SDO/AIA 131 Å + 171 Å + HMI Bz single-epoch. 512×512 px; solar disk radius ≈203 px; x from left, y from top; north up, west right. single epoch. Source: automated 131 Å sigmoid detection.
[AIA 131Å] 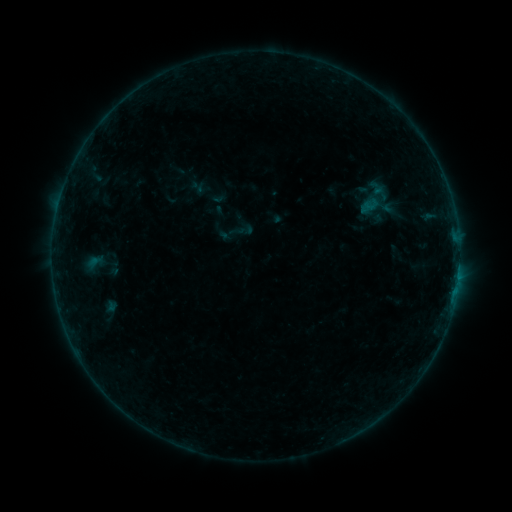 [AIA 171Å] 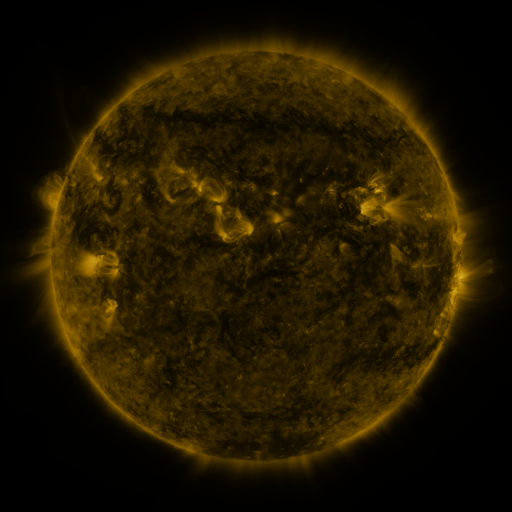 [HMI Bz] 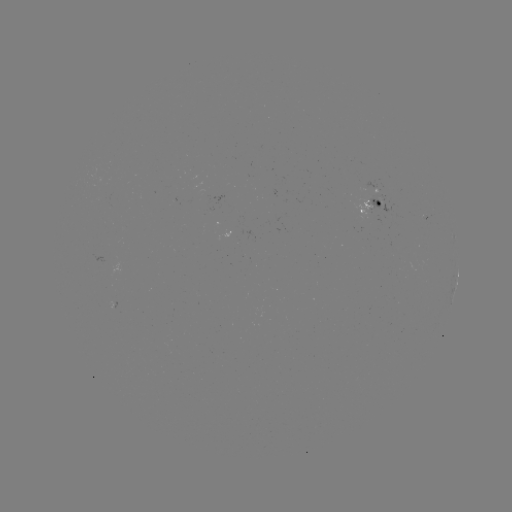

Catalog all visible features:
sigmoid: (197, 186)
sigmoid: (378, 206)
